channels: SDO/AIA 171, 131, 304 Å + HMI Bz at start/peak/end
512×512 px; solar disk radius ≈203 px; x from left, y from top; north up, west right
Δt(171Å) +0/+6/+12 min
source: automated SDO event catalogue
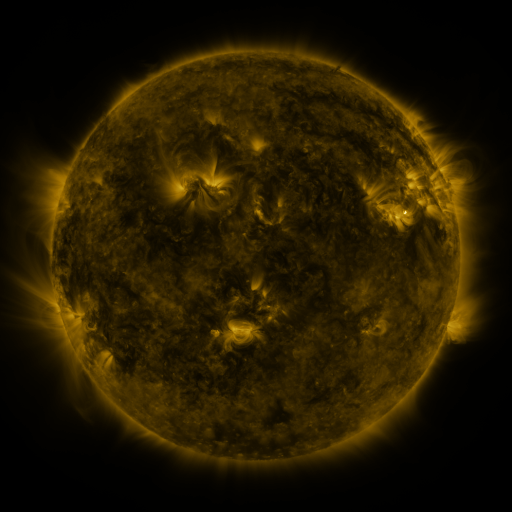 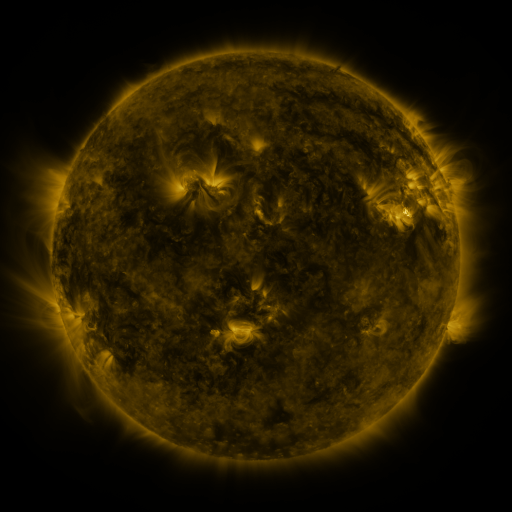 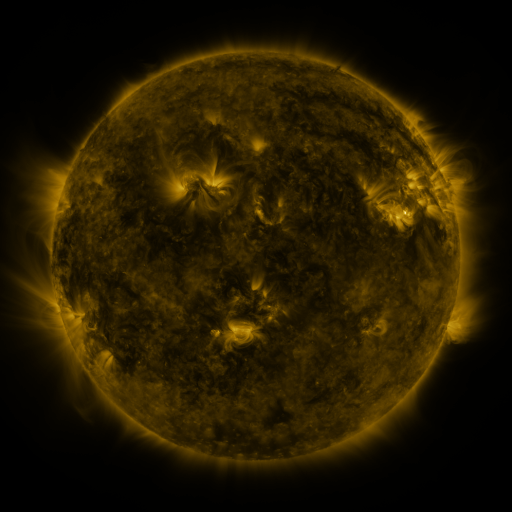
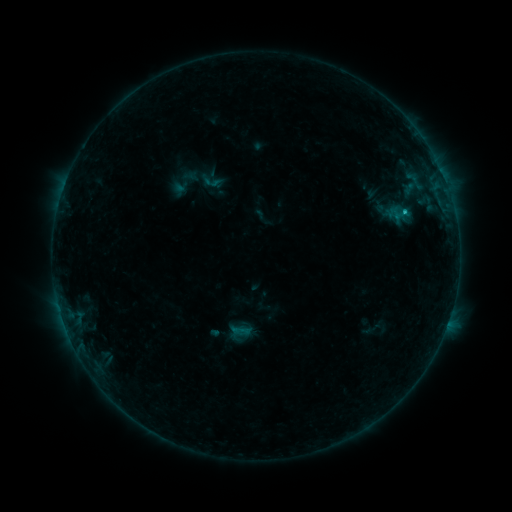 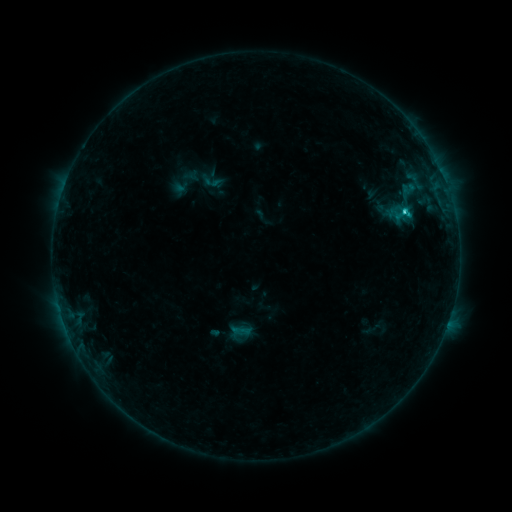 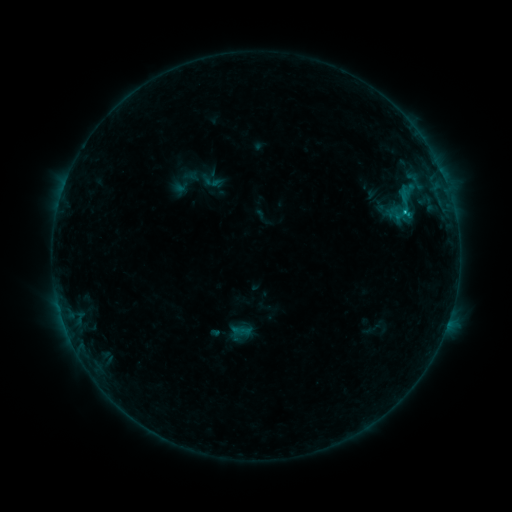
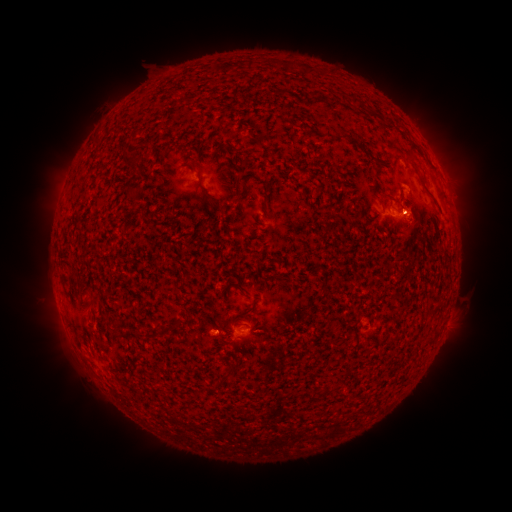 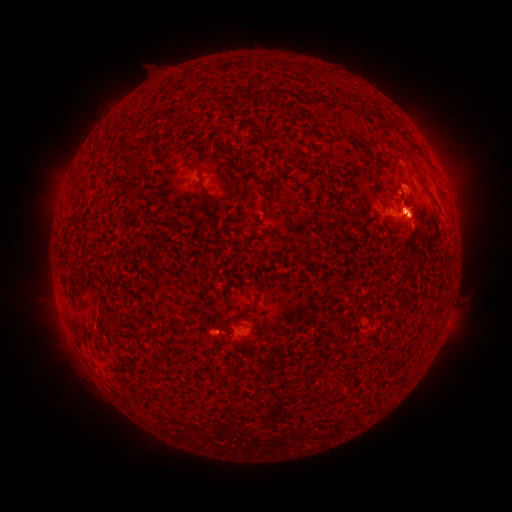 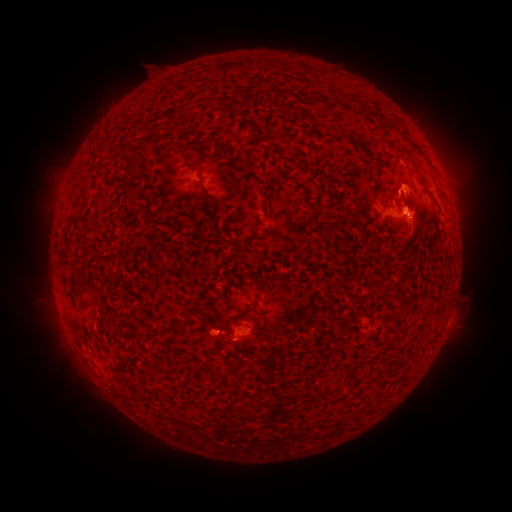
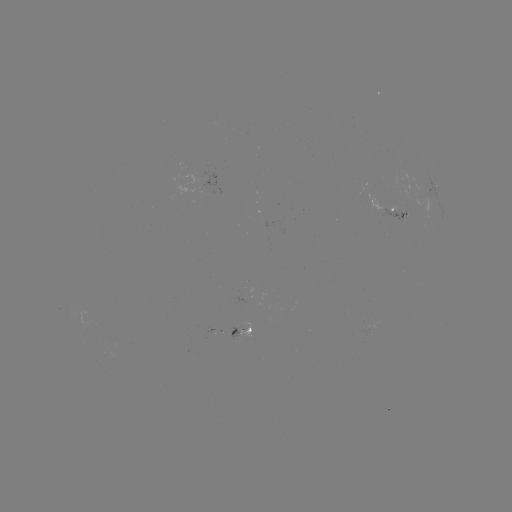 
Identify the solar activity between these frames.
eruption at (415, 224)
